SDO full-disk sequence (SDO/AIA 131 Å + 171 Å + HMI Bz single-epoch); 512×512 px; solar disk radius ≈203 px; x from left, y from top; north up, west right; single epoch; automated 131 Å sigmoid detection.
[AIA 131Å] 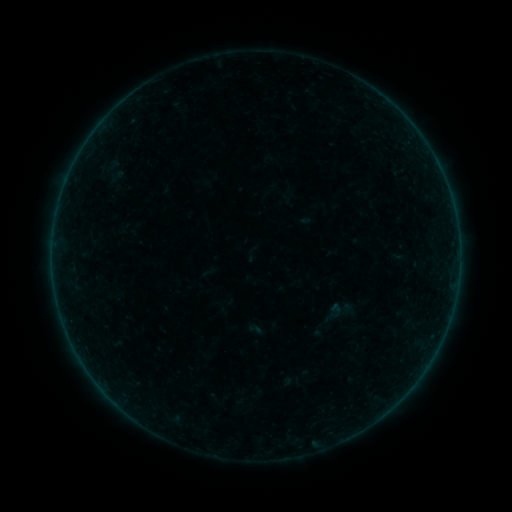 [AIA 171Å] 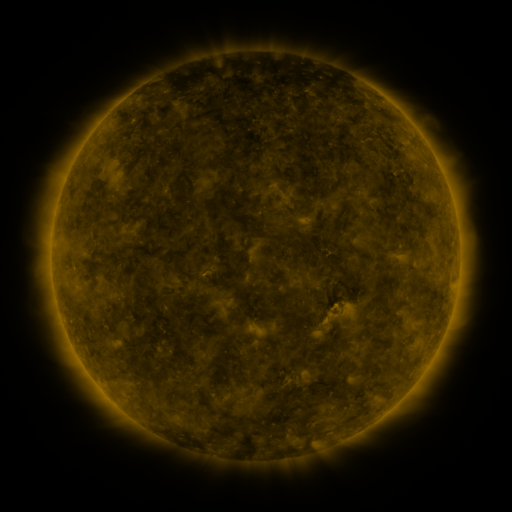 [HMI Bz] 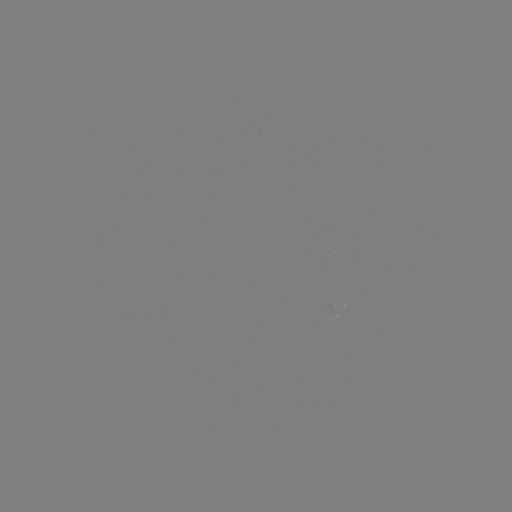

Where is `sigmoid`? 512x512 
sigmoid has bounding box [108, 167, 125, 186].